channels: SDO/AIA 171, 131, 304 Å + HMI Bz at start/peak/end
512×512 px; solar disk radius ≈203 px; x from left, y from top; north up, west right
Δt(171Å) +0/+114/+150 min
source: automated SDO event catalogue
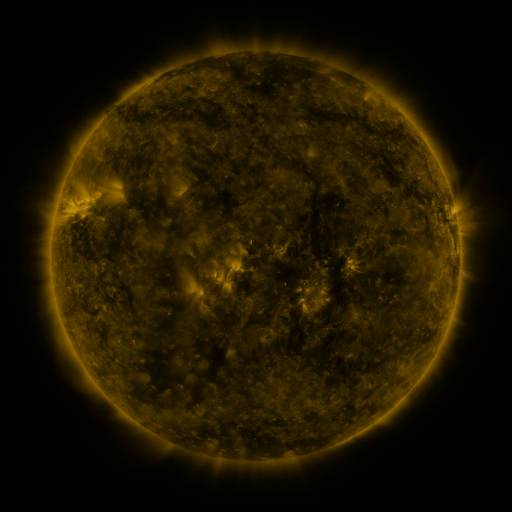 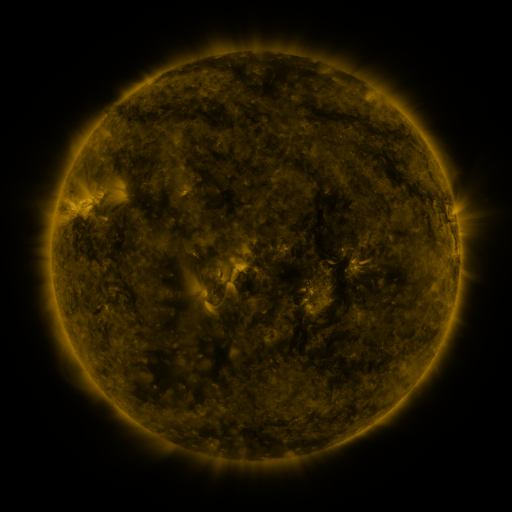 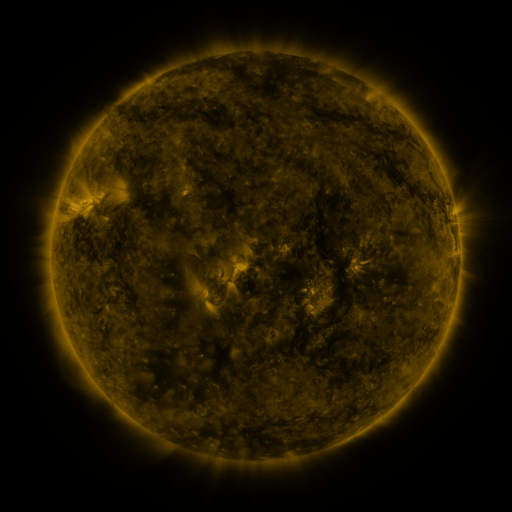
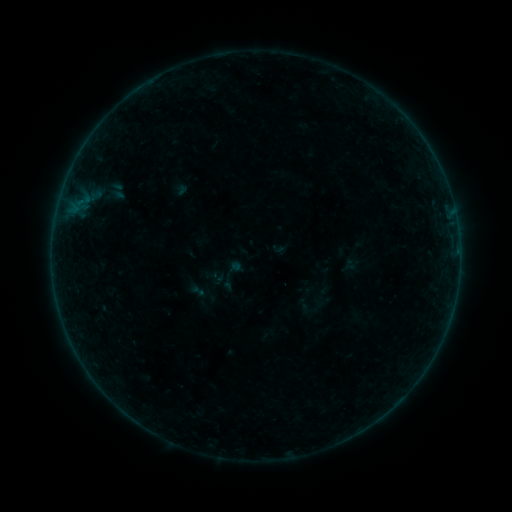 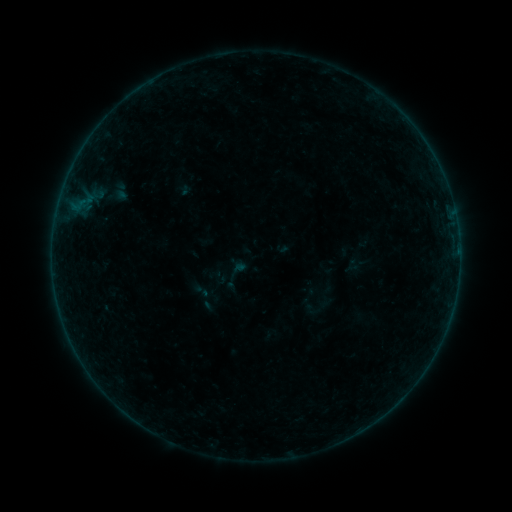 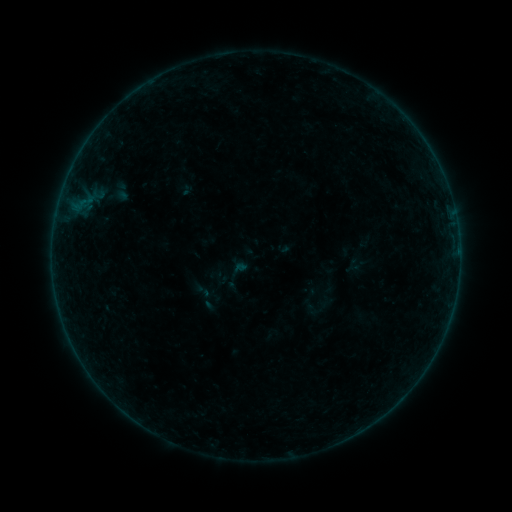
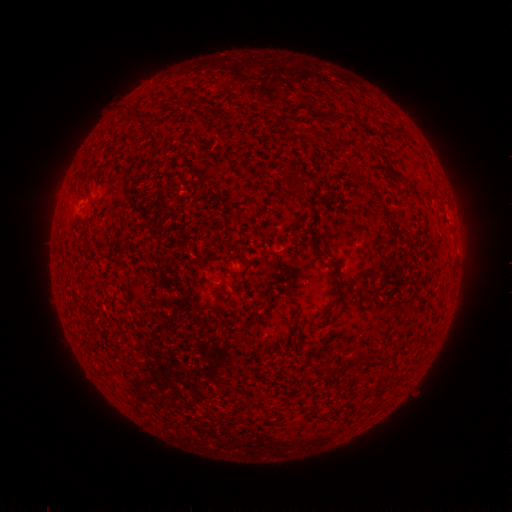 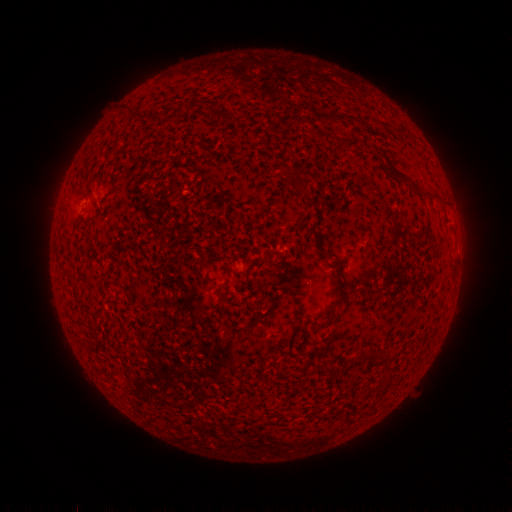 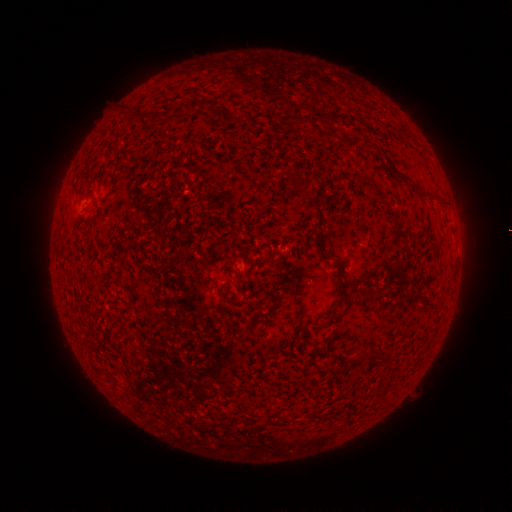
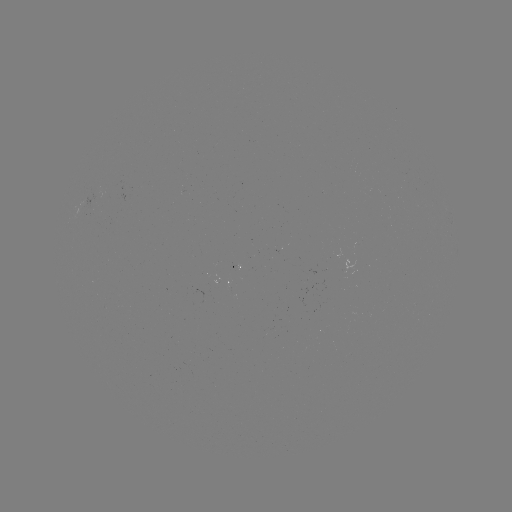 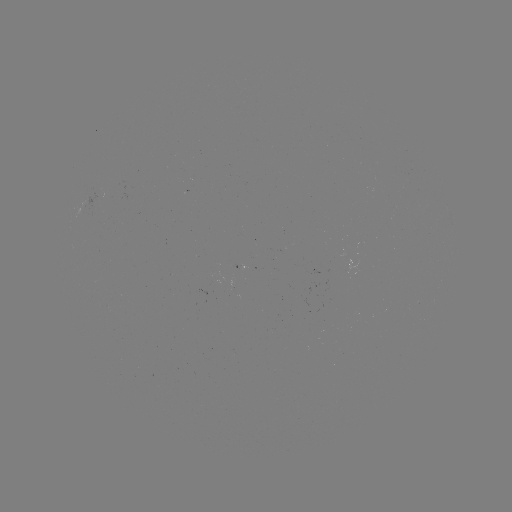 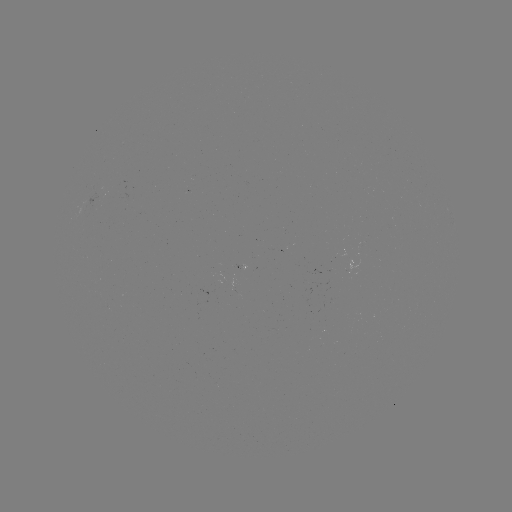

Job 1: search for emerging-flux region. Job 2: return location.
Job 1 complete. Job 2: (98, 196).